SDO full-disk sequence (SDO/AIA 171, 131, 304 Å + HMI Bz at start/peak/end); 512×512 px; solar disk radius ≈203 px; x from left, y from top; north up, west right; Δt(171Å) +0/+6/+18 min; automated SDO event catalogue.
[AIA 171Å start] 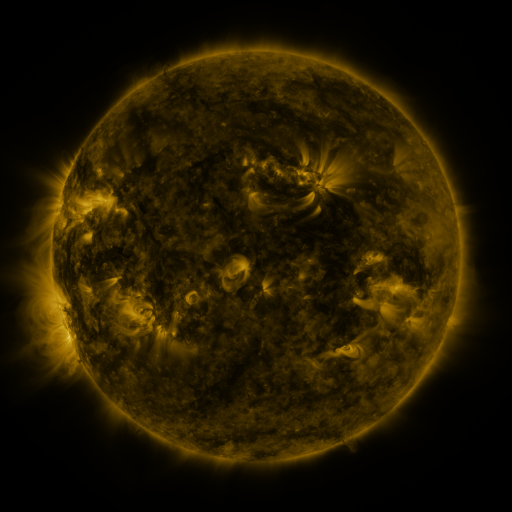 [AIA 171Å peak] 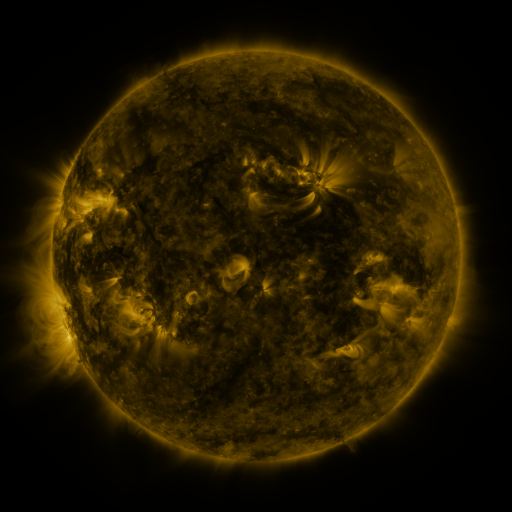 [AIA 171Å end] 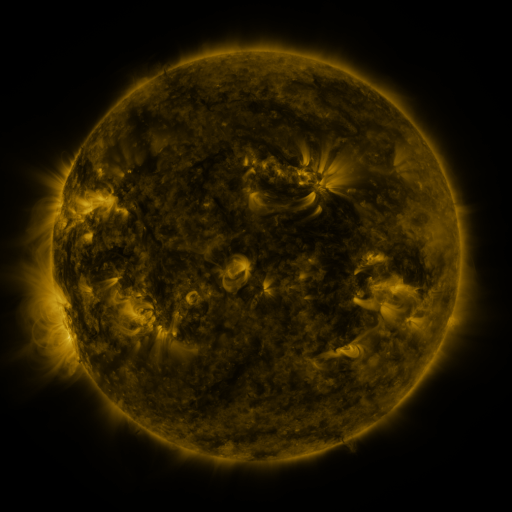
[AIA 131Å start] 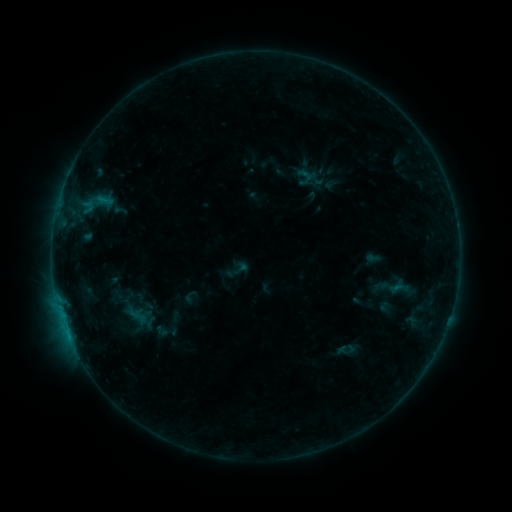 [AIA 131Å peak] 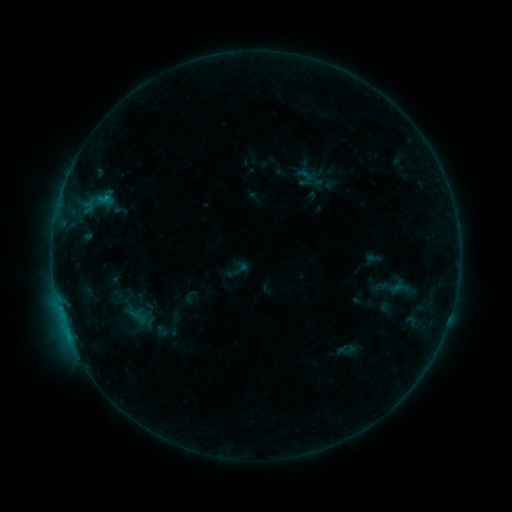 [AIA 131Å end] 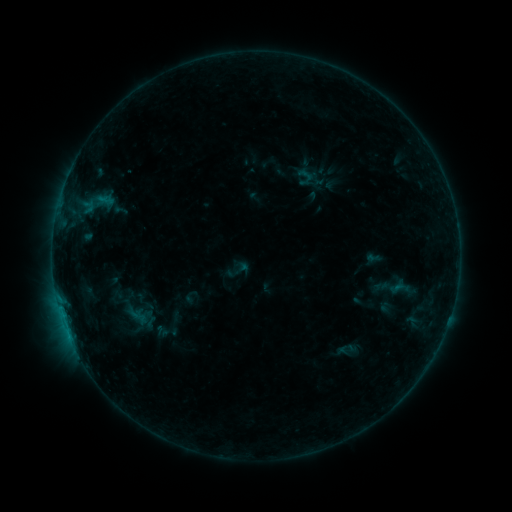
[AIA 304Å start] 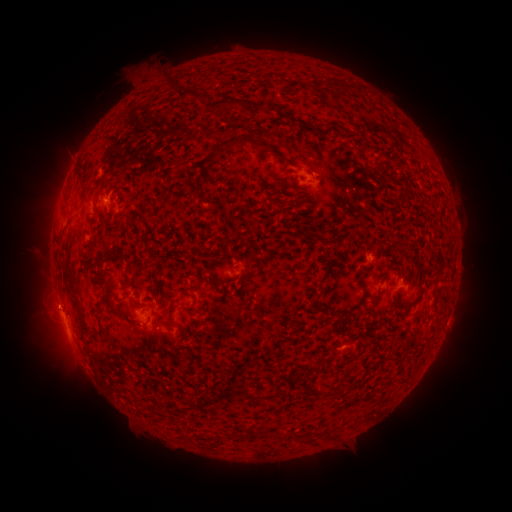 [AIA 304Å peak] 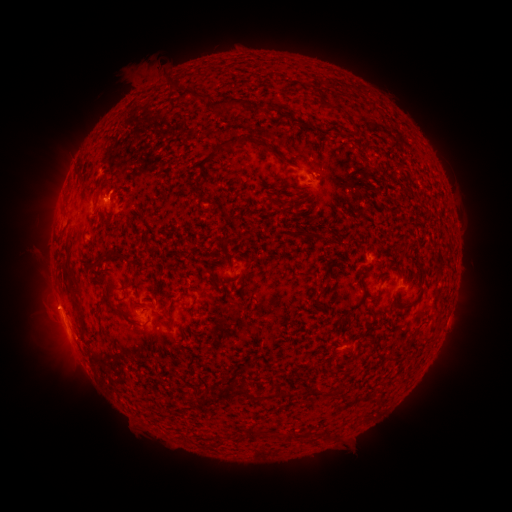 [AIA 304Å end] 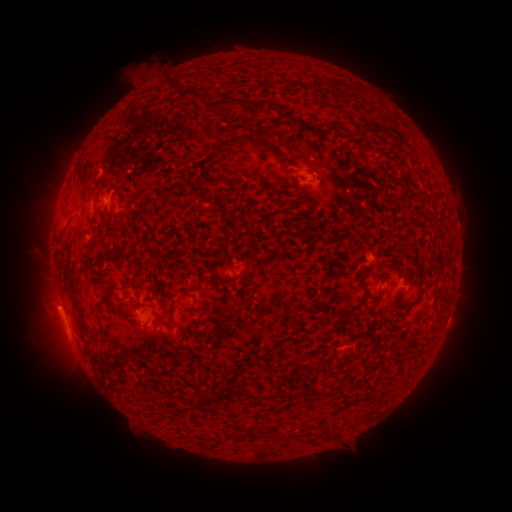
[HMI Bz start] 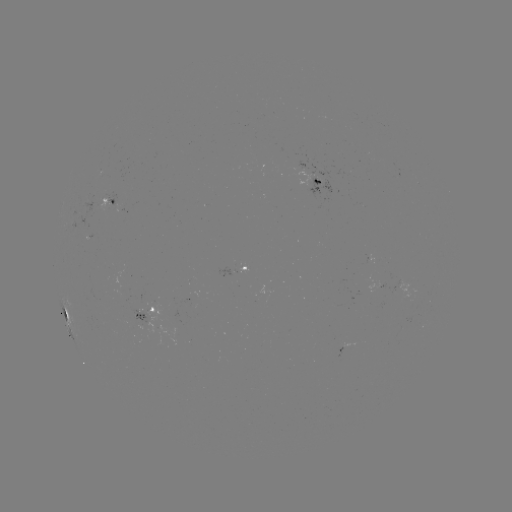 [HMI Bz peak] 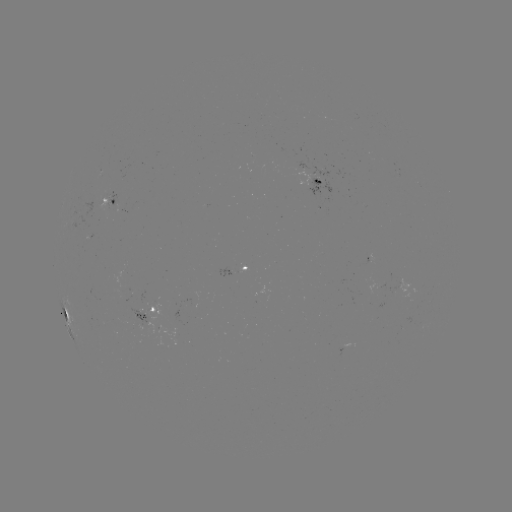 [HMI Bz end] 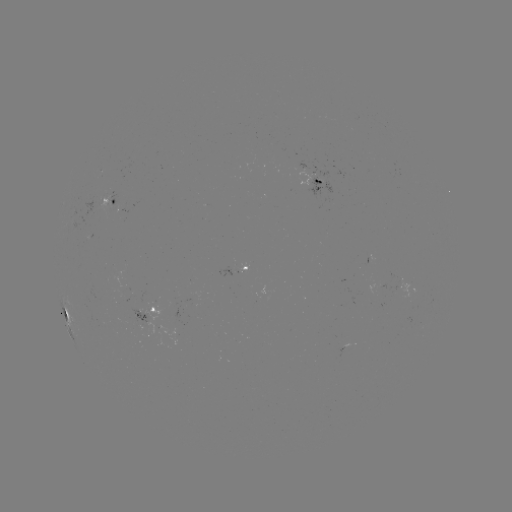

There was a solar flare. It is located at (107, 198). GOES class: B4.7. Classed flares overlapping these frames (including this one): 1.